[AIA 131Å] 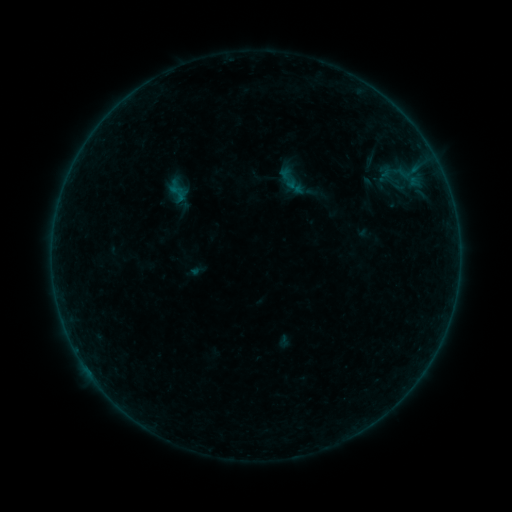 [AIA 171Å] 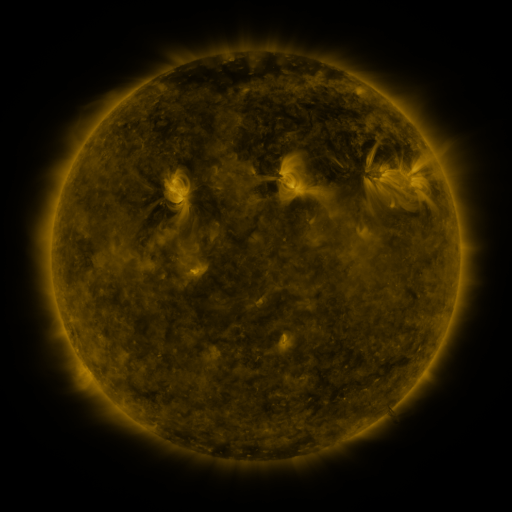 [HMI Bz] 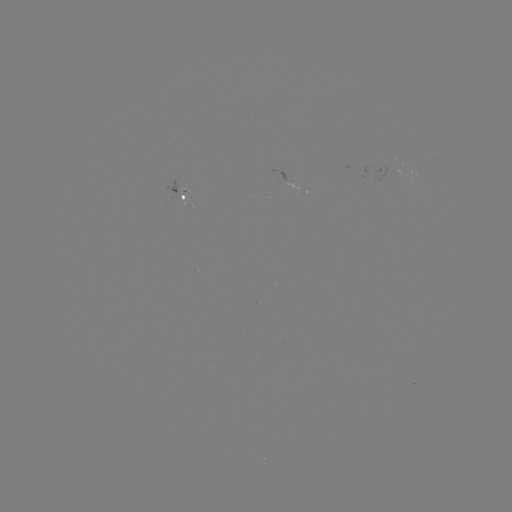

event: sigmoid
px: (289, 181)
